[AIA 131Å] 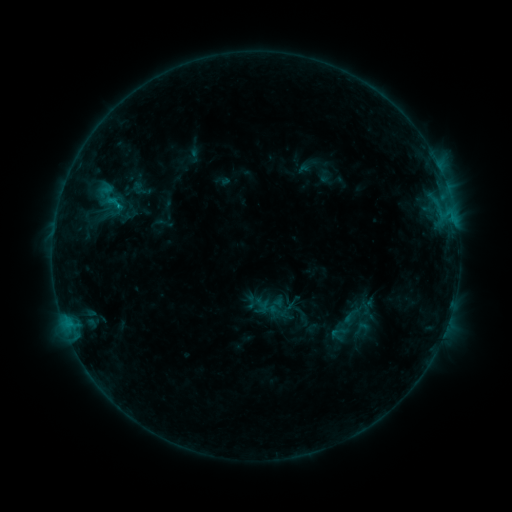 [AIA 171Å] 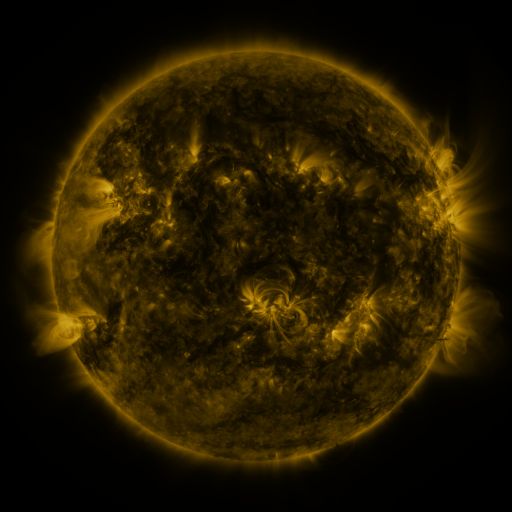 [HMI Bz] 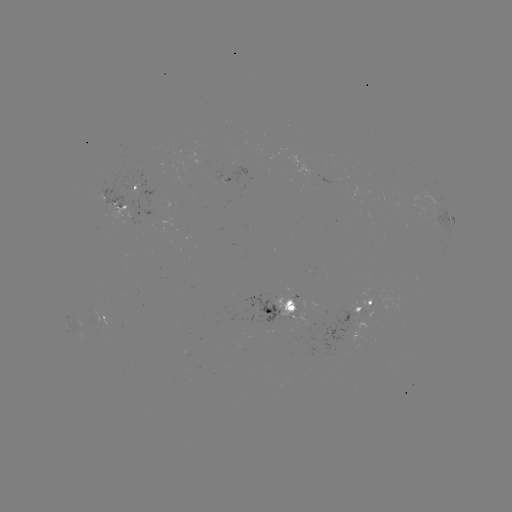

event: sigmoid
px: (361, 328)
